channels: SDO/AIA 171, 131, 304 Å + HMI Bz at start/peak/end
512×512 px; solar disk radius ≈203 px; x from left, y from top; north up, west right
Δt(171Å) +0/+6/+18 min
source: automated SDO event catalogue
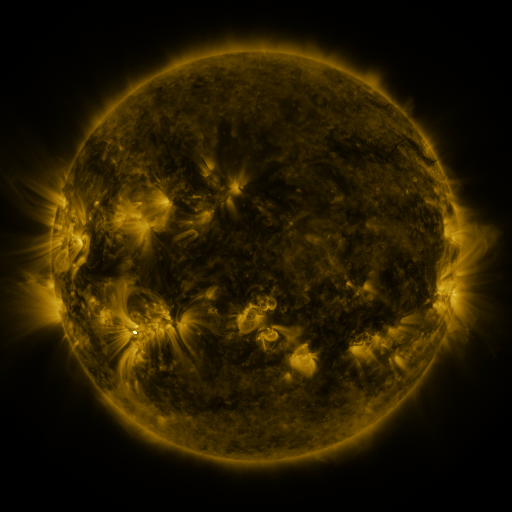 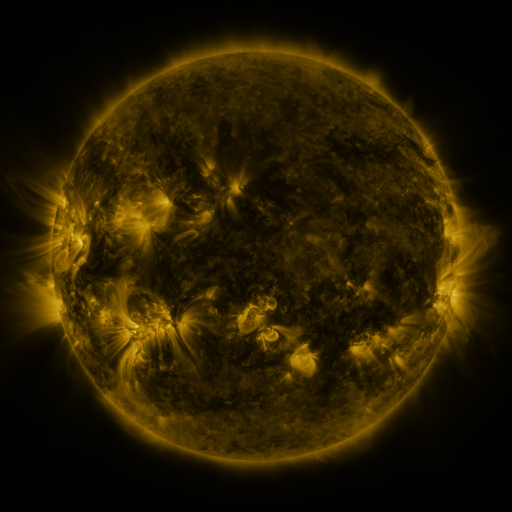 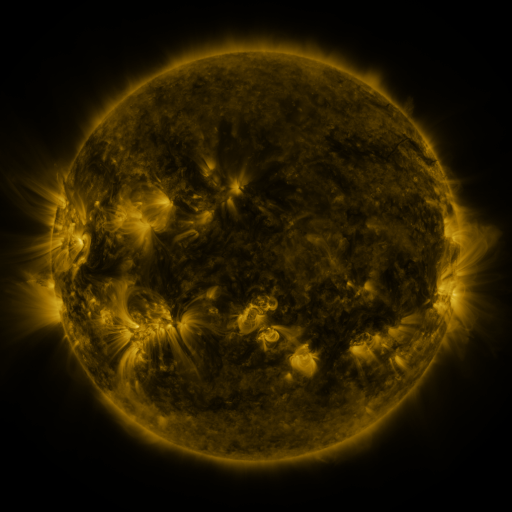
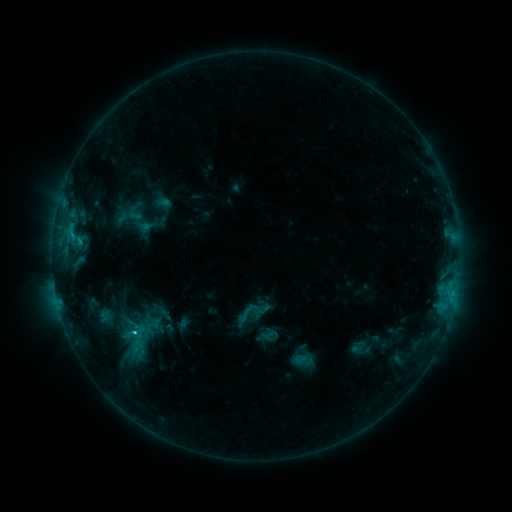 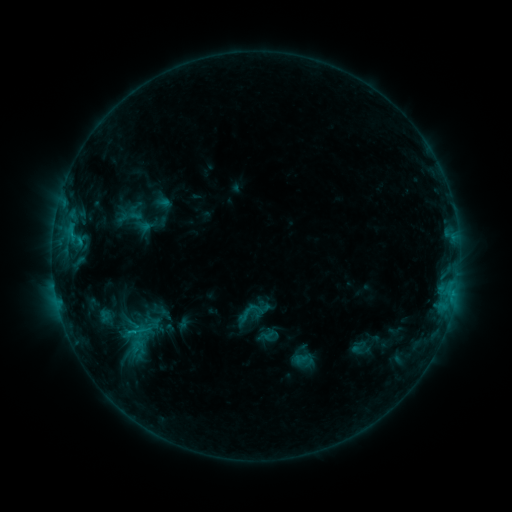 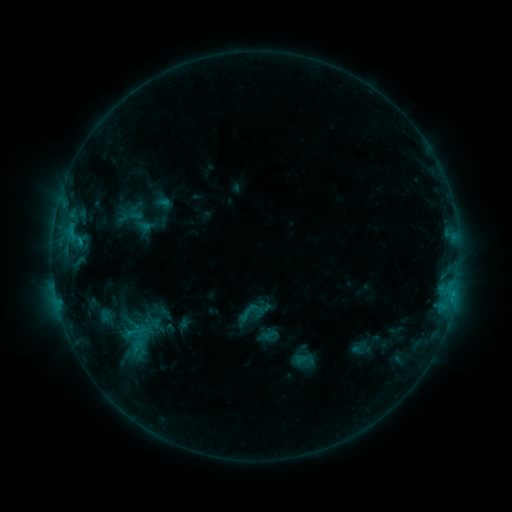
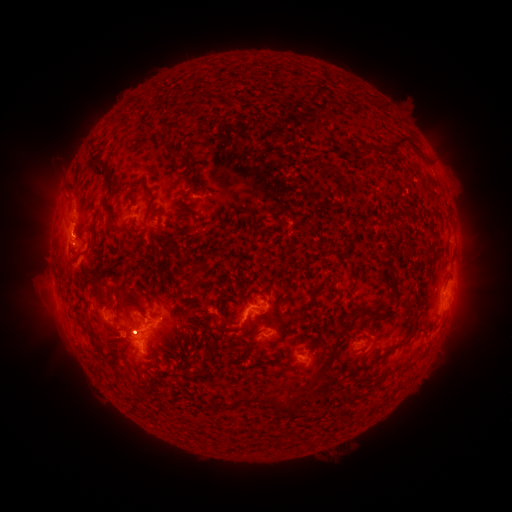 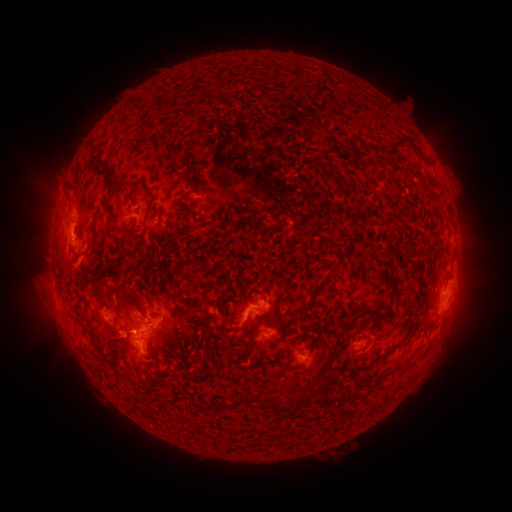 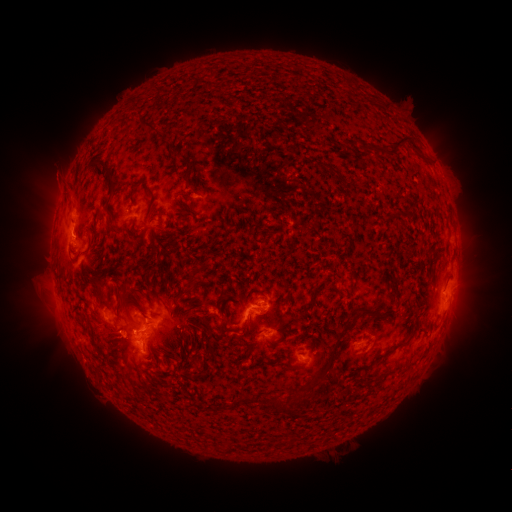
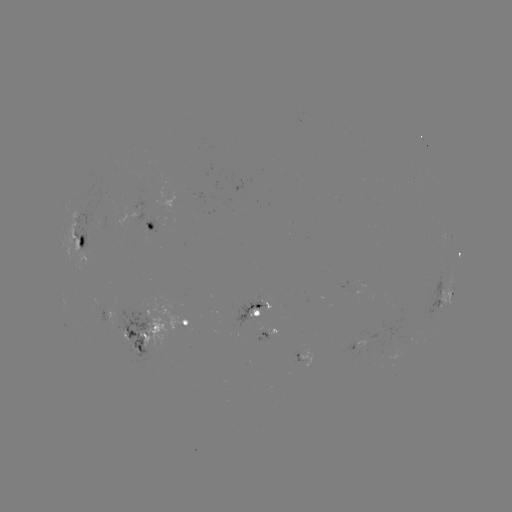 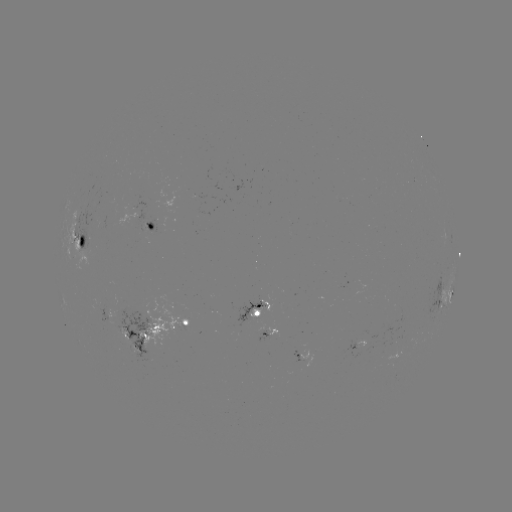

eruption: <bbox>37, 169, 82, 214</bbox>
